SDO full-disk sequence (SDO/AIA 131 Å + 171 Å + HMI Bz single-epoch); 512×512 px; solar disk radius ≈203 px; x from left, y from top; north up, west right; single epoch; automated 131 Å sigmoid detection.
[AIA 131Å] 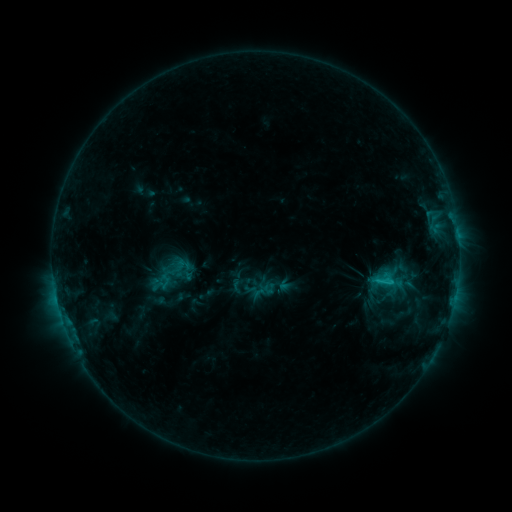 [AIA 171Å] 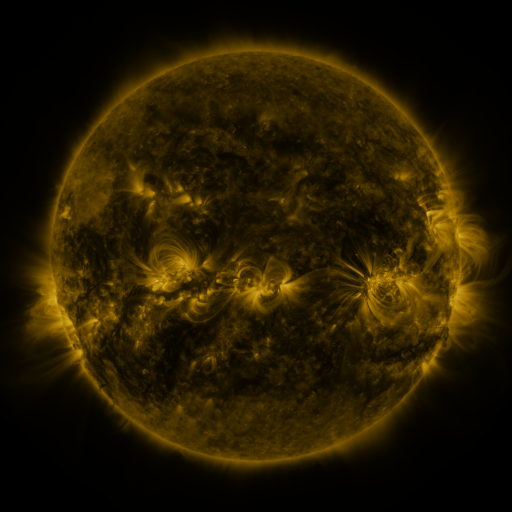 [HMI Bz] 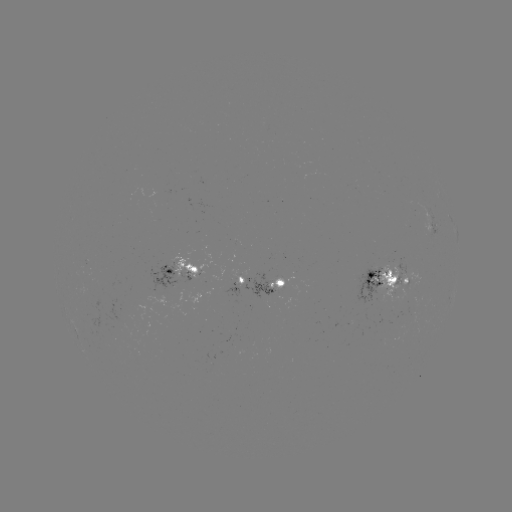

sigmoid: [148, 271, 175, 294]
